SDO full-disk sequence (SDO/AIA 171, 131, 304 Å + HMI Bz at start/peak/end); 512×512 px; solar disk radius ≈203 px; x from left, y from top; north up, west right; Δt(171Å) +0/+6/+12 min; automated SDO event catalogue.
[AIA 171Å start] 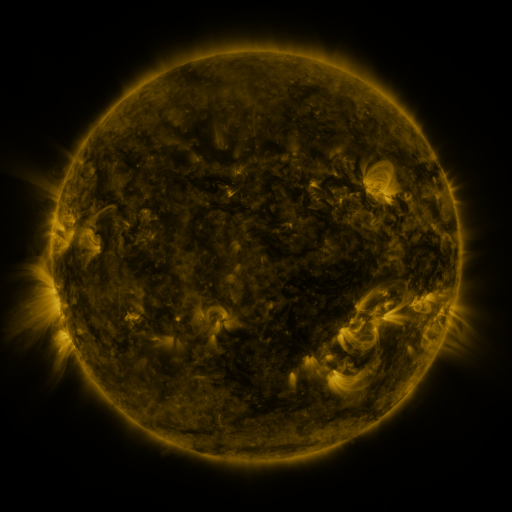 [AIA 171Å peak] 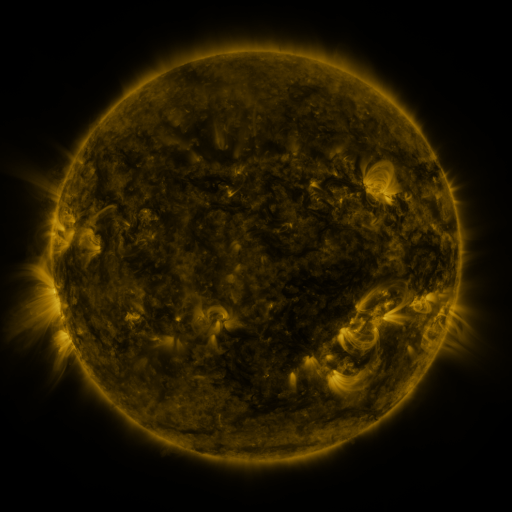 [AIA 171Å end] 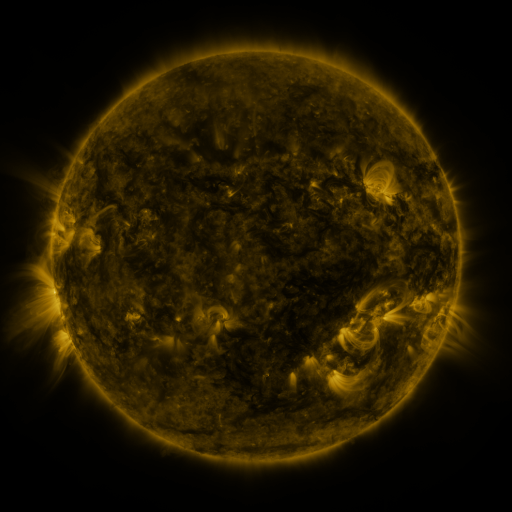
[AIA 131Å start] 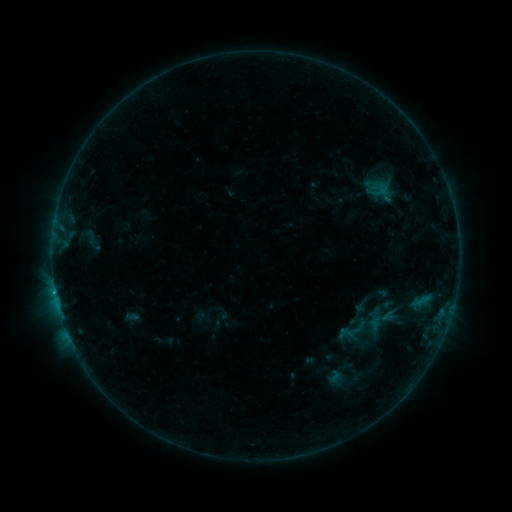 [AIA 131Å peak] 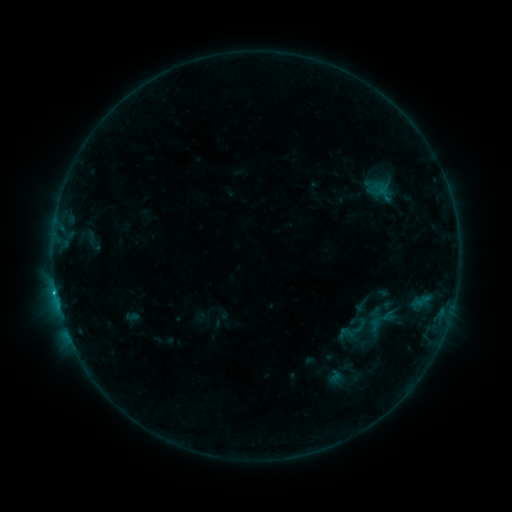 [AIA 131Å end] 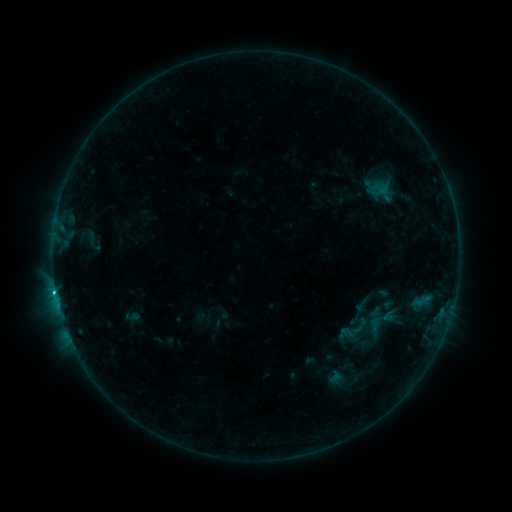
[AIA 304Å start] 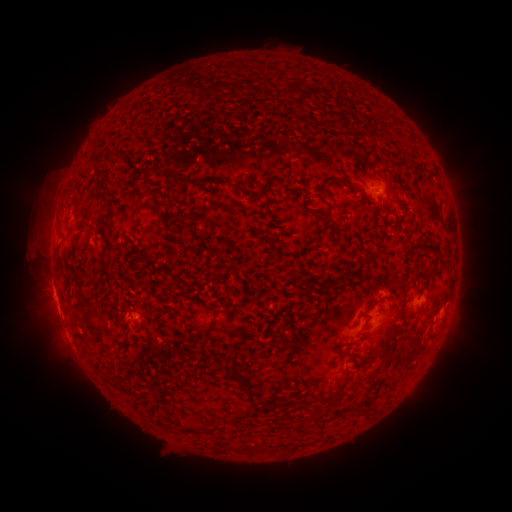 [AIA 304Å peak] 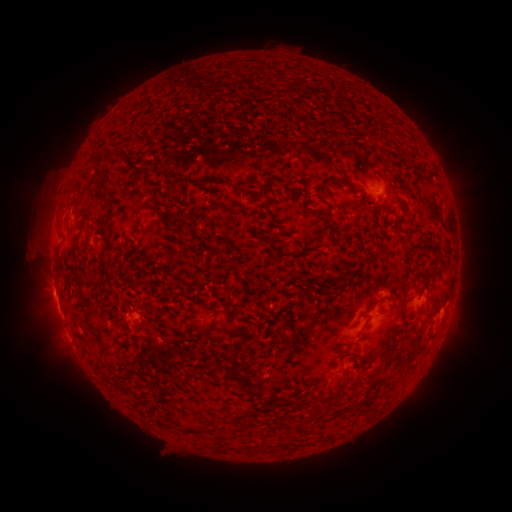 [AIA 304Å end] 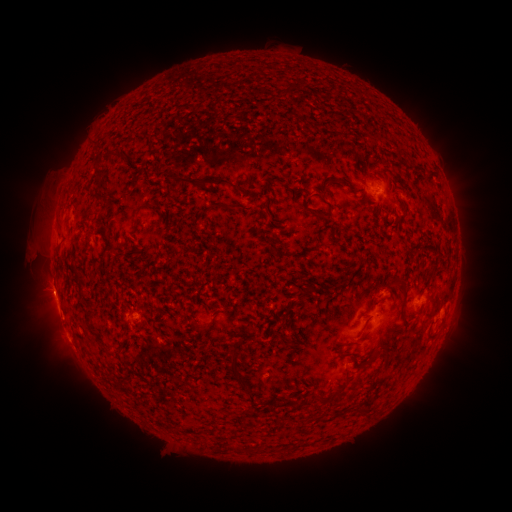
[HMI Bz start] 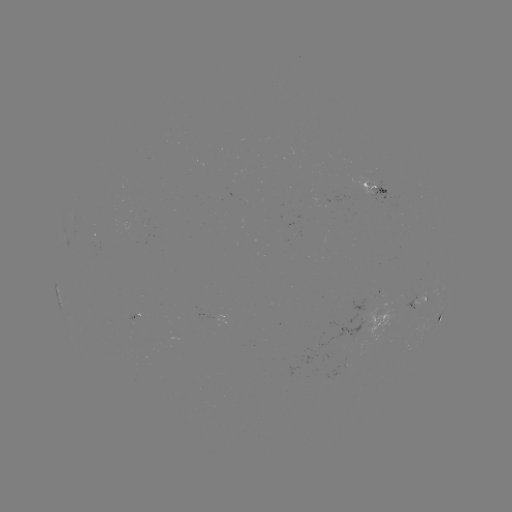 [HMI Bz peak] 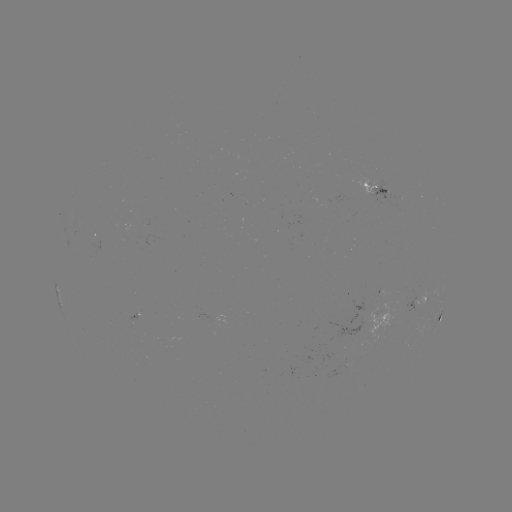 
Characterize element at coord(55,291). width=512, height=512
C1.1 flare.